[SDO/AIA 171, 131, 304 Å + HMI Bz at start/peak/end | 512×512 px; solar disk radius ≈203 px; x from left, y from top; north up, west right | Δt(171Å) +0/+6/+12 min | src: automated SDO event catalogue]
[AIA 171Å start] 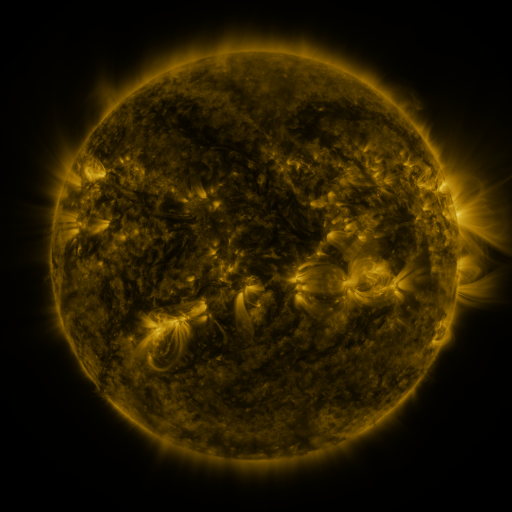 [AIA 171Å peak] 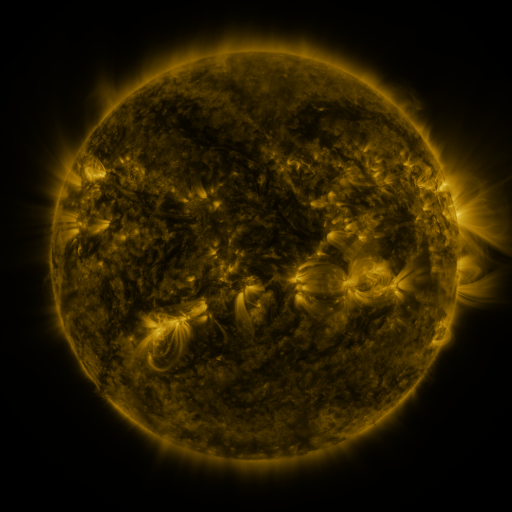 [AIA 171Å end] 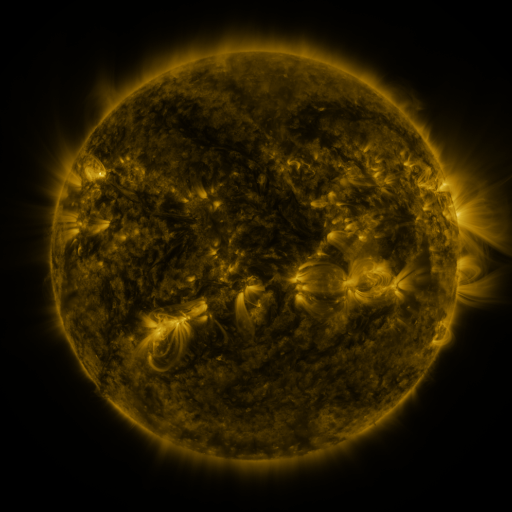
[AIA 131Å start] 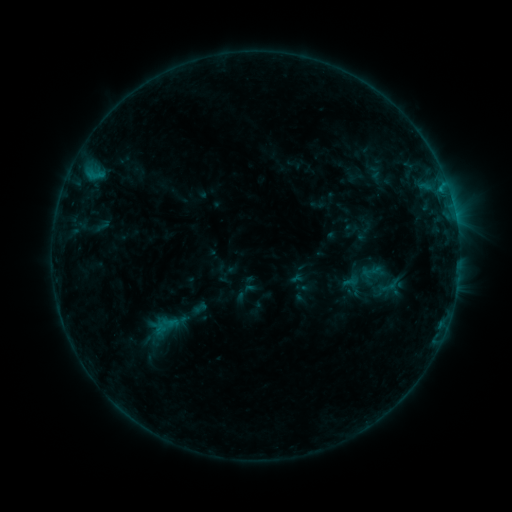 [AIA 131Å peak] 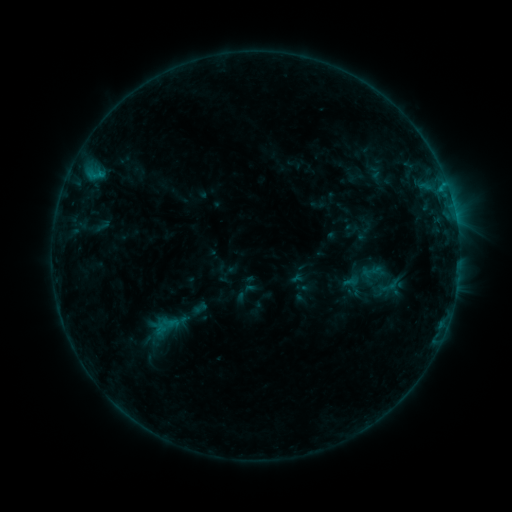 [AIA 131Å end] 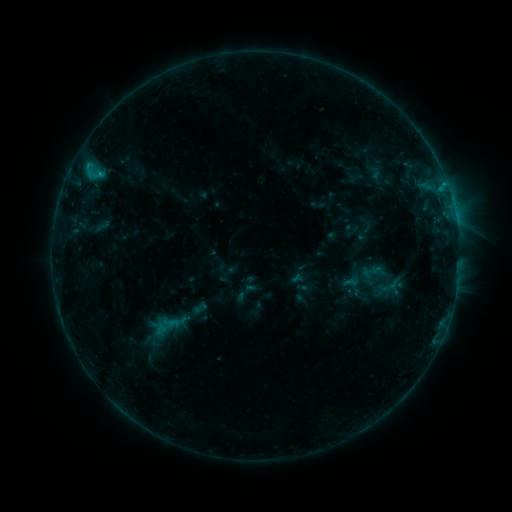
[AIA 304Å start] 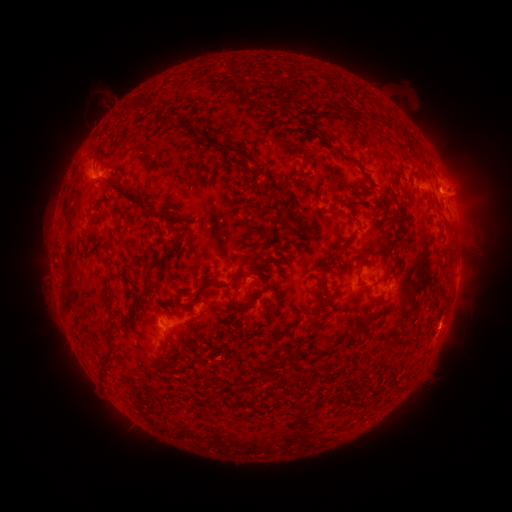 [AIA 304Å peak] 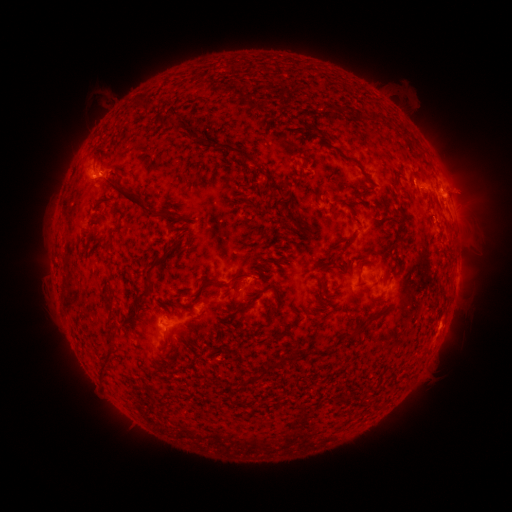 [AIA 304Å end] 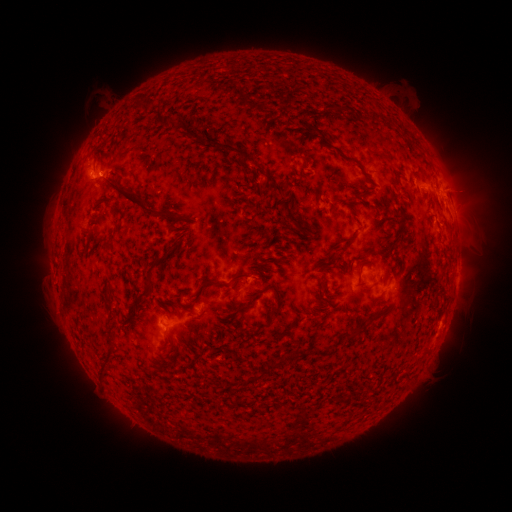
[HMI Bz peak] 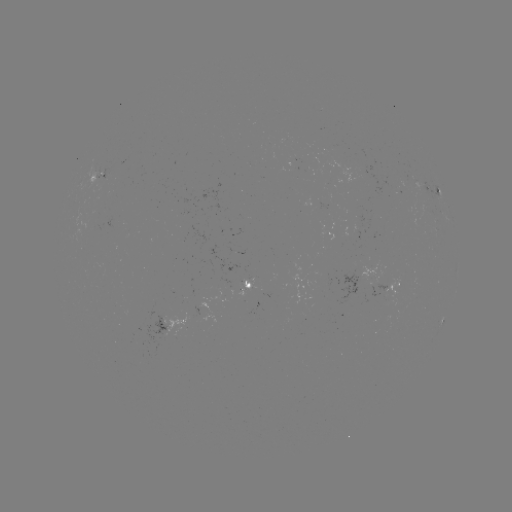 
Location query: B7.3 flare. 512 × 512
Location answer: [101, 175].